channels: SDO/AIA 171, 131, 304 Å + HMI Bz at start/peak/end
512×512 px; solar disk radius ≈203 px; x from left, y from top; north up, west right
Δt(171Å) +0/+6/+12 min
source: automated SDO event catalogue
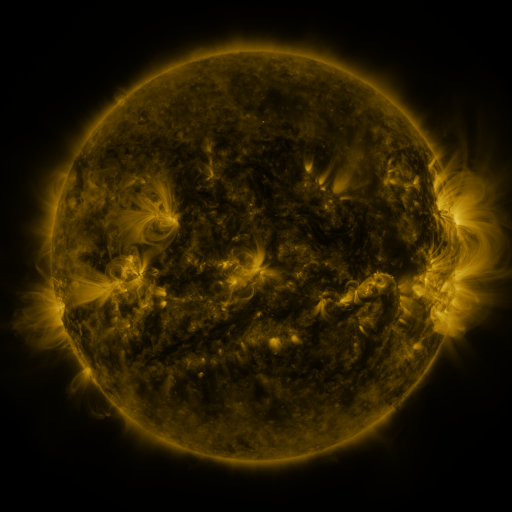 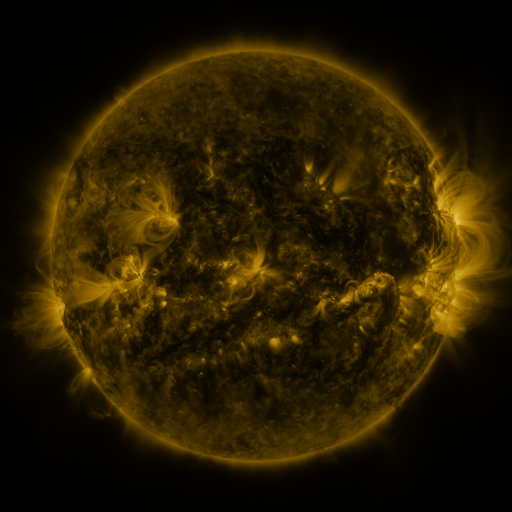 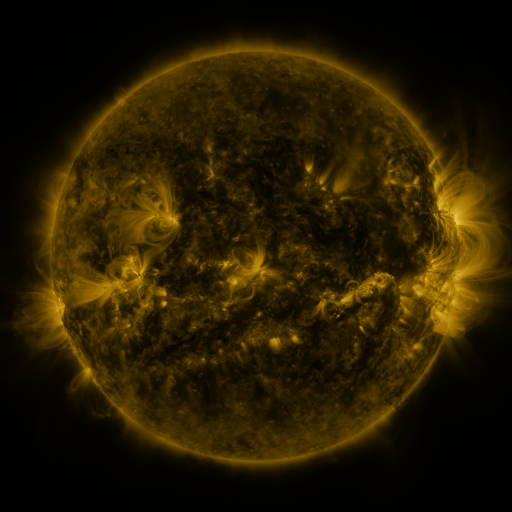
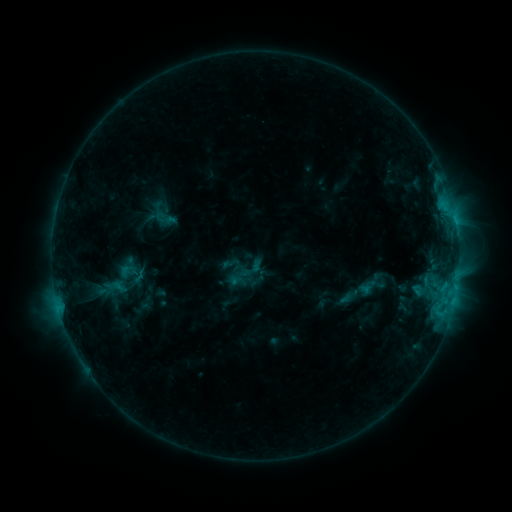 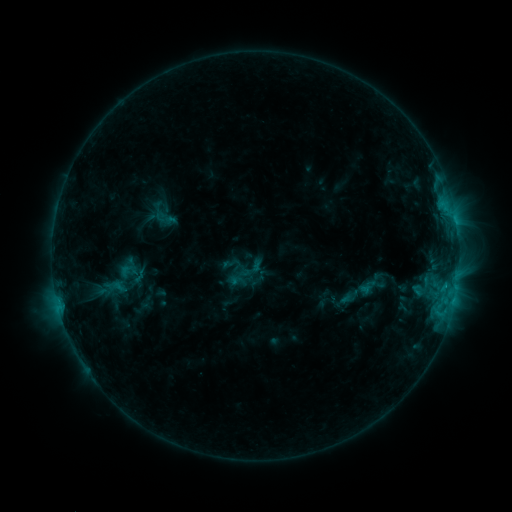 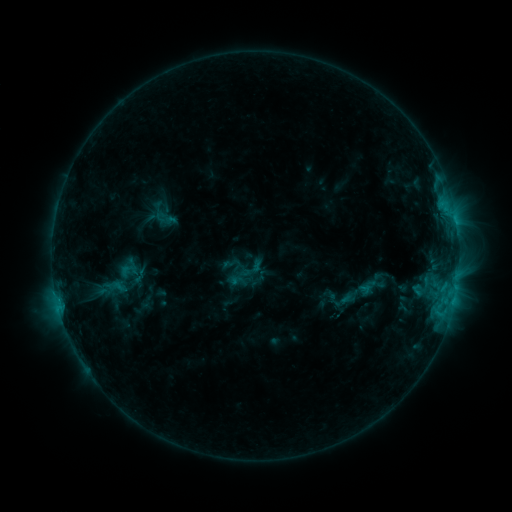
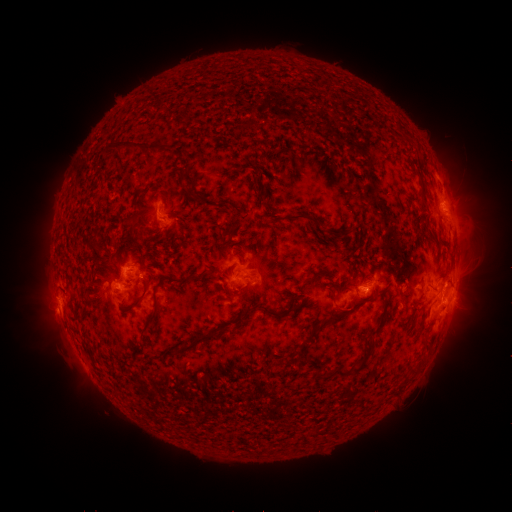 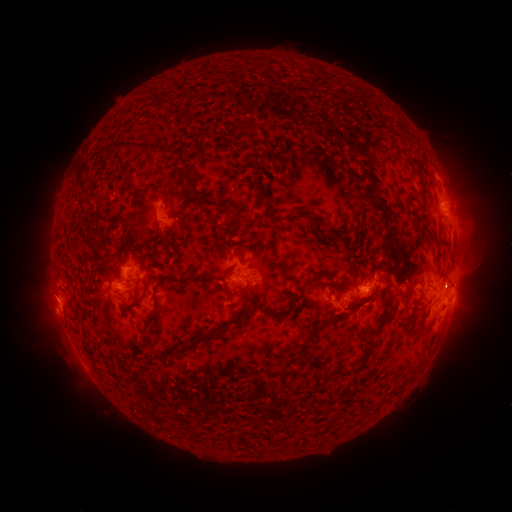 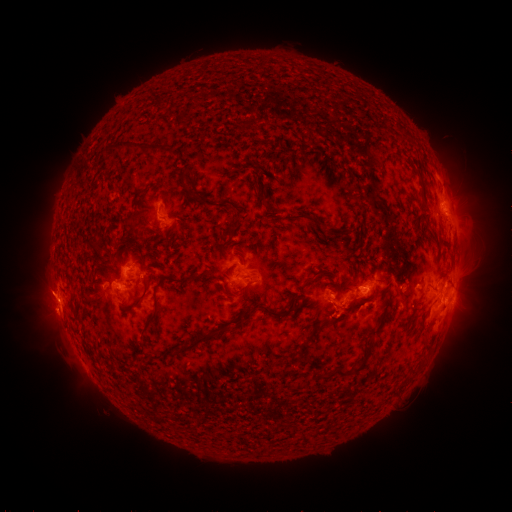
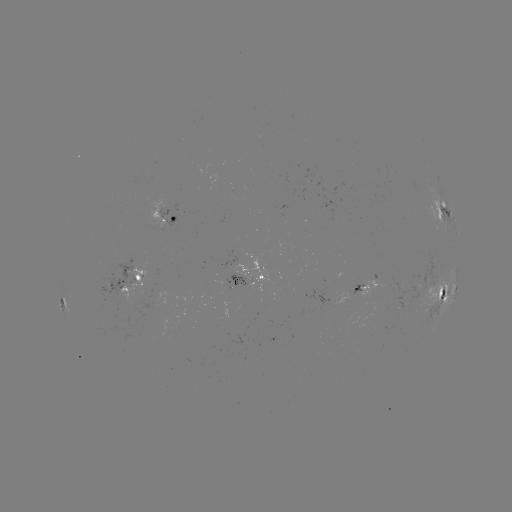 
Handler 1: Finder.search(eruption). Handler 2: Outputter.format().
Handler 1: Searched eruption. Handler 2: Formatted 50,297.